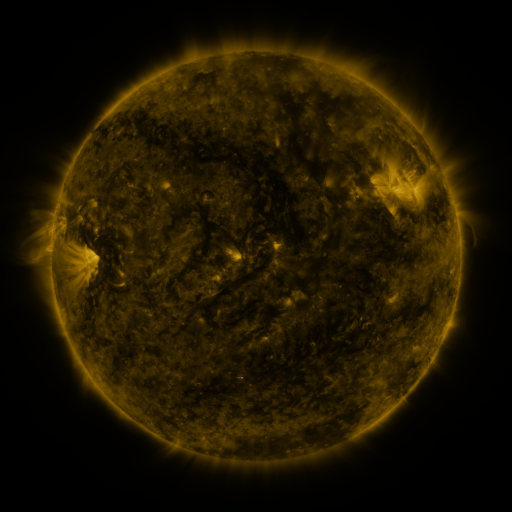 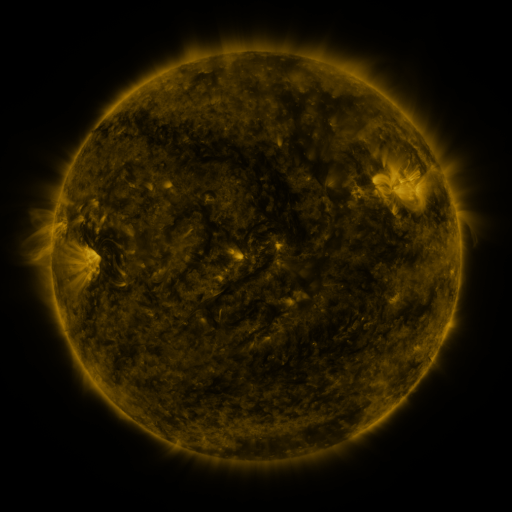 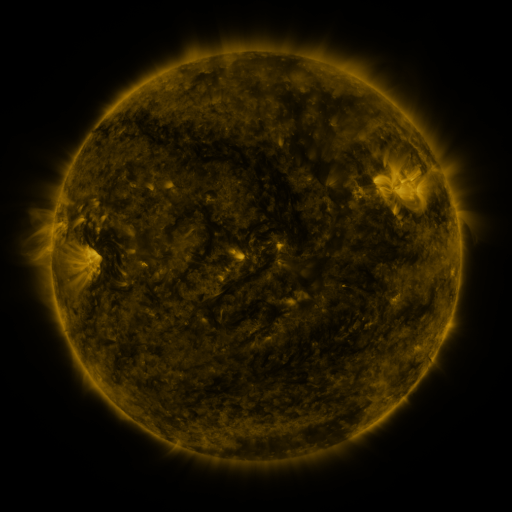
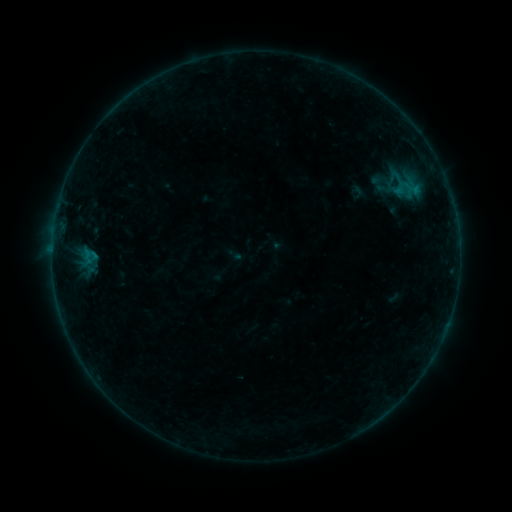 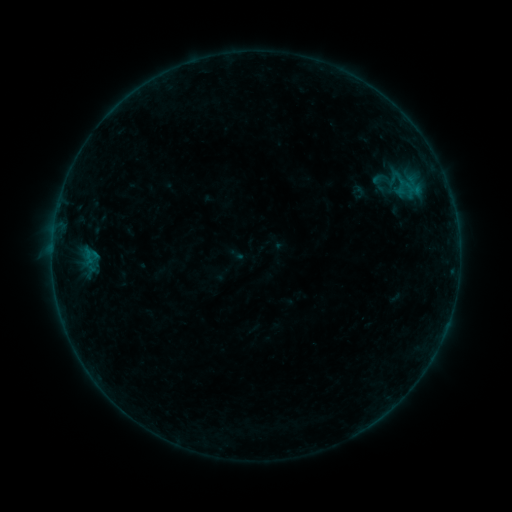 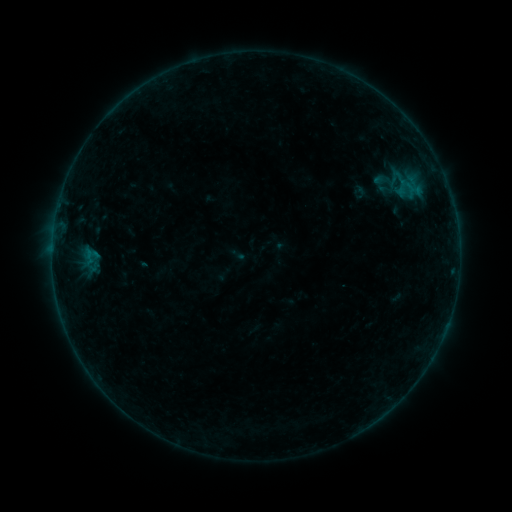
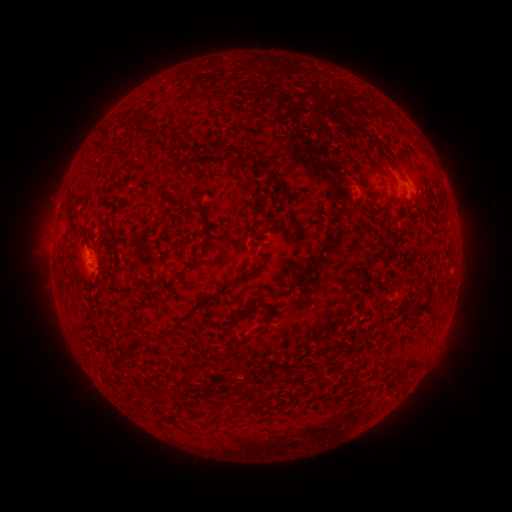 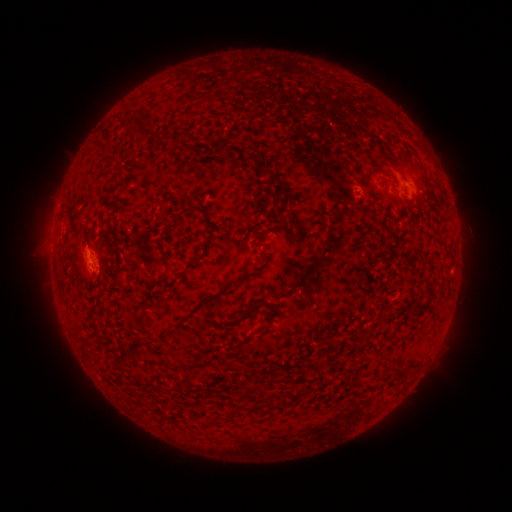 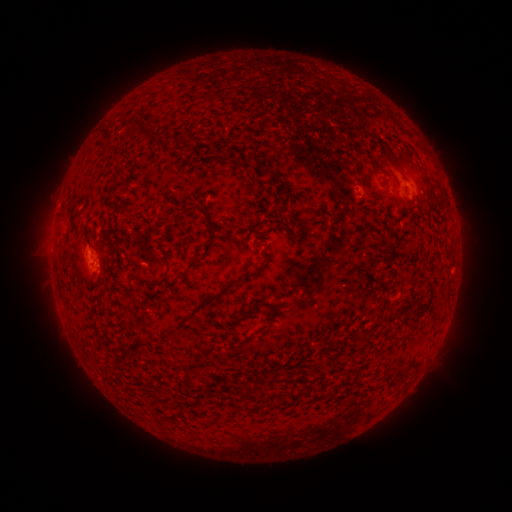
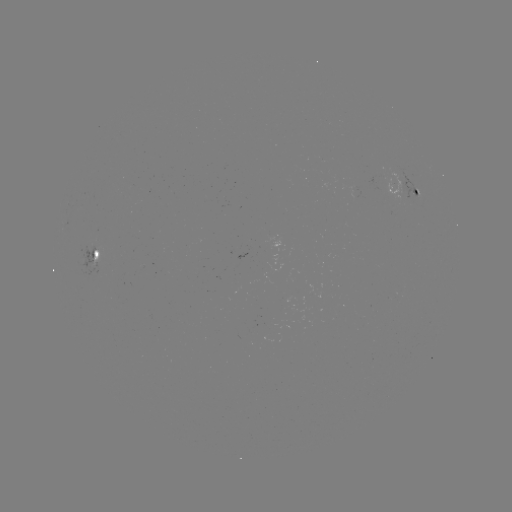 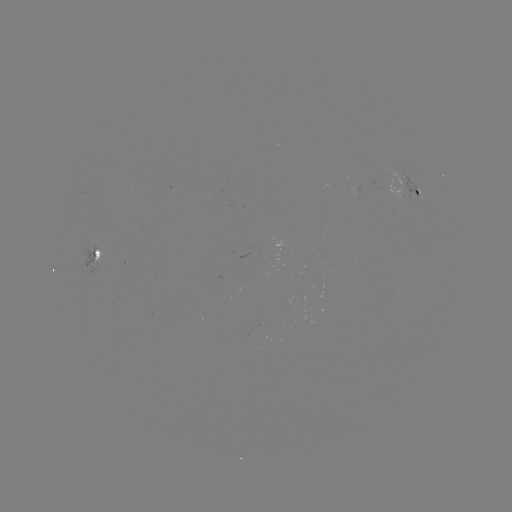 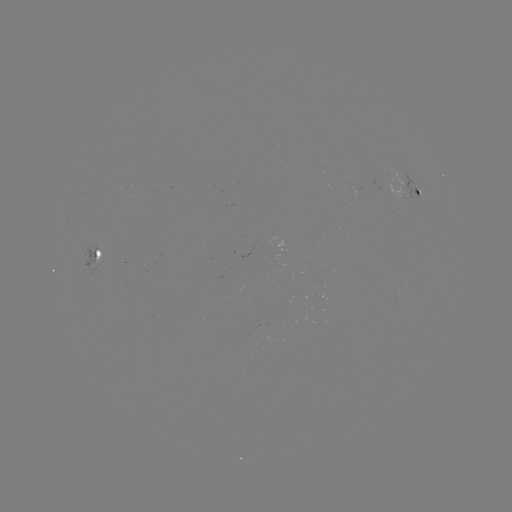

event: emerging-flux region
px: (90, 254)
